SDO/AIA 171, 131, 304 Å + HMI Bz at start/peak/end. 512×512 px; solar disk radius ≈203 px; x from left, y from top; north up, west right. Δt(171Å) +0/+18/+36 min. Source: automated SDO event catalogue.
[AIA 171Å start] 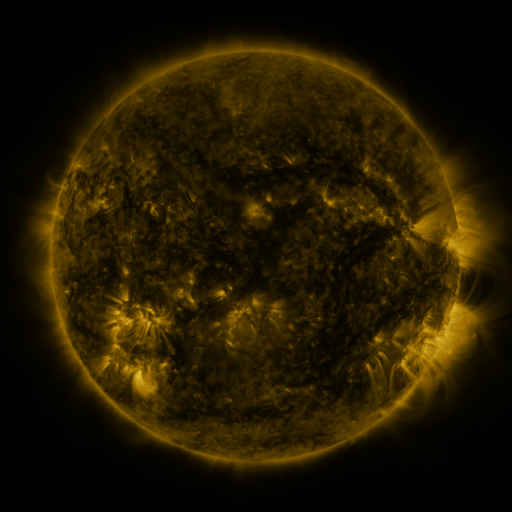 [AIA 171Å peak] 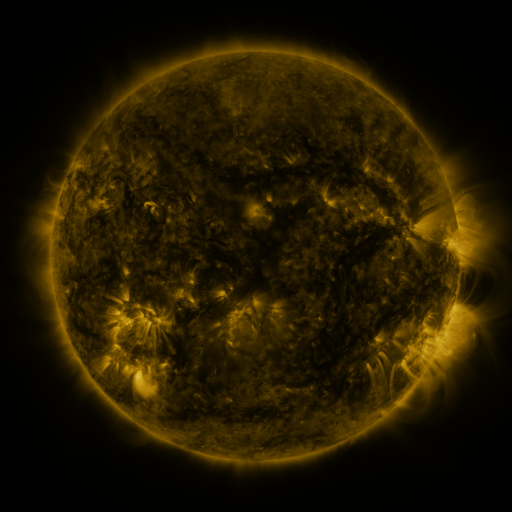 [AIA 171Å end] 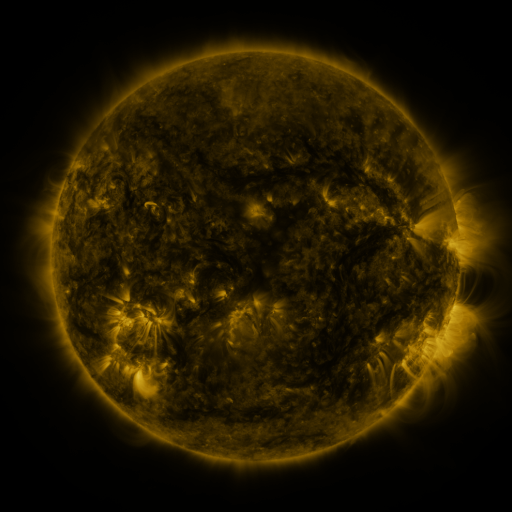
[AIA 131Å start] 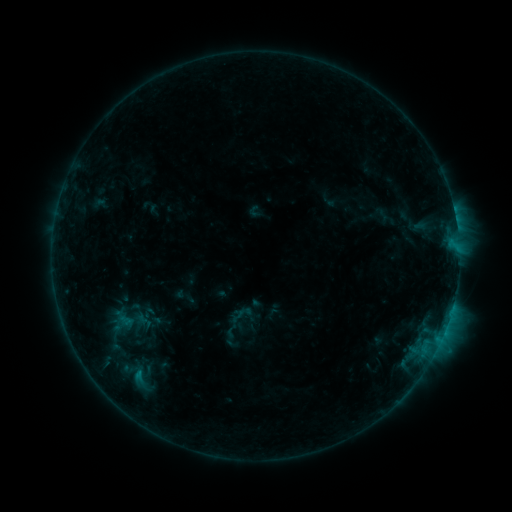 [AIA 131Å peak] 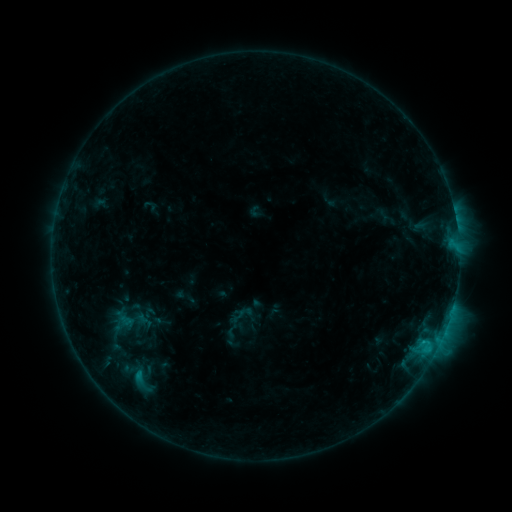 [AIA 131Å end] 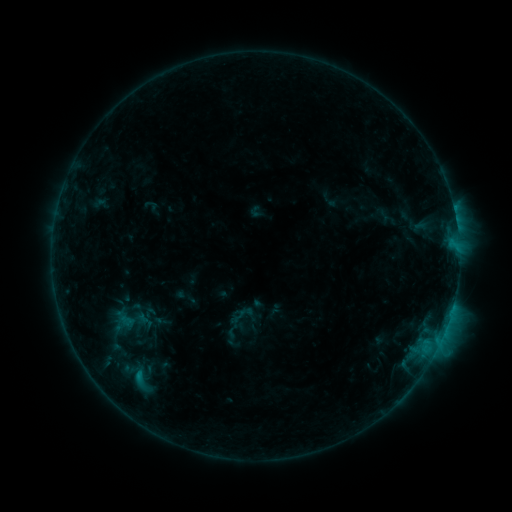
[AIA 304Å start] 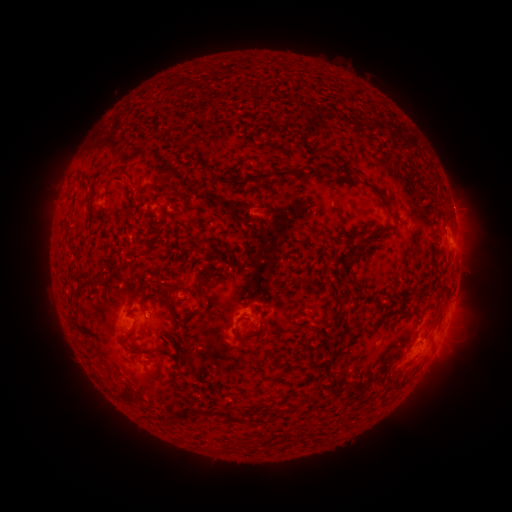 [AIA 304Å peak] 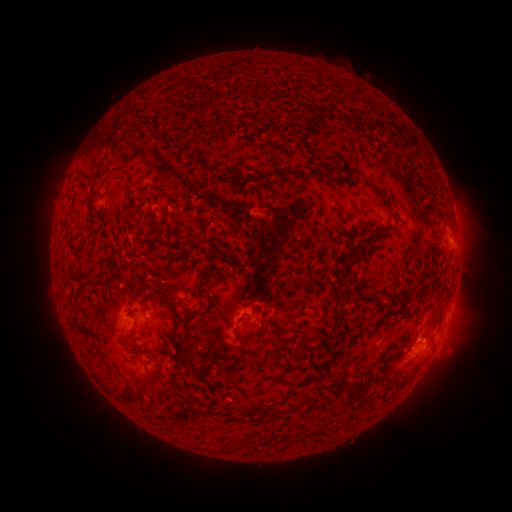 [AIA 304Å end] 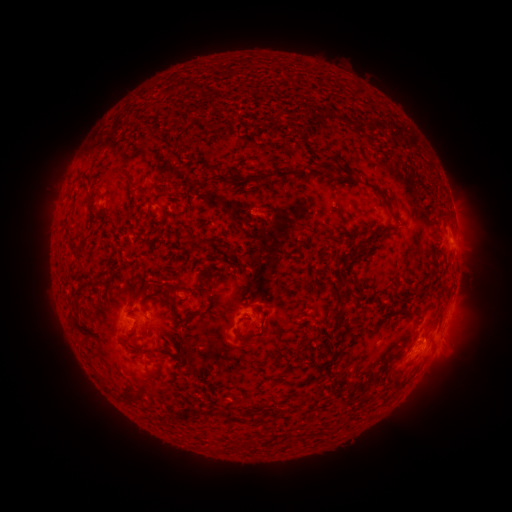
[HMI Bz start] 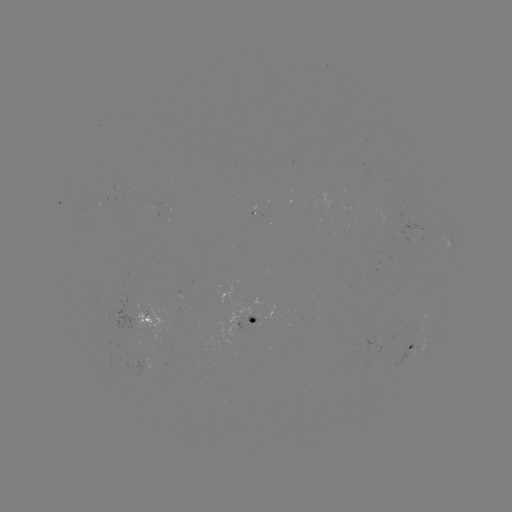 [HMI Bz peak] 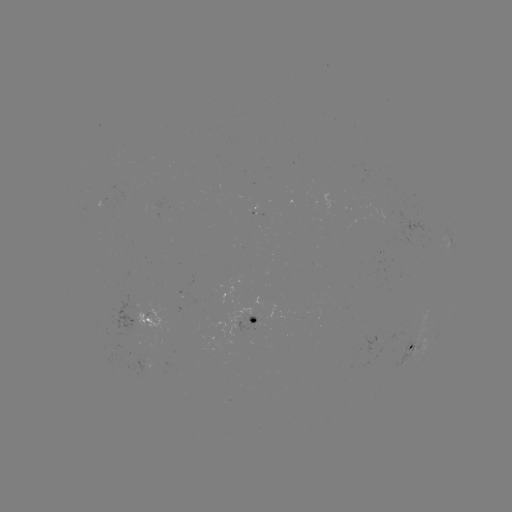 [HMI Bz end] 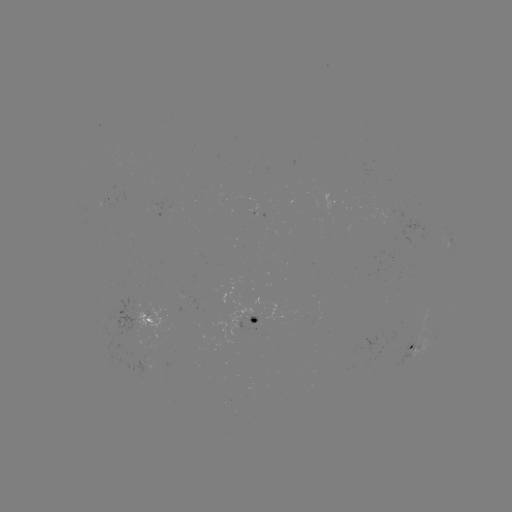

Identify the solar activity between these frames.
B9.2 flare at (421, 342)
